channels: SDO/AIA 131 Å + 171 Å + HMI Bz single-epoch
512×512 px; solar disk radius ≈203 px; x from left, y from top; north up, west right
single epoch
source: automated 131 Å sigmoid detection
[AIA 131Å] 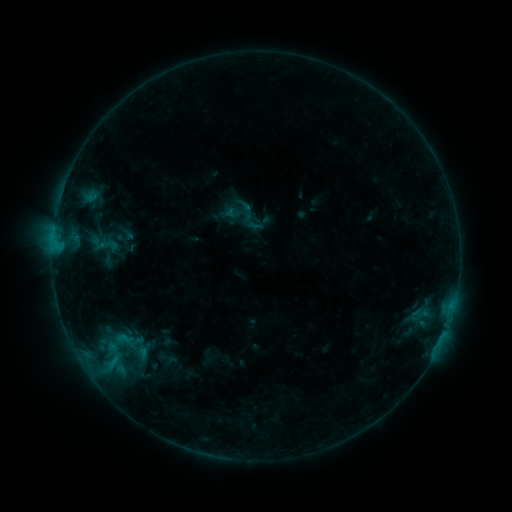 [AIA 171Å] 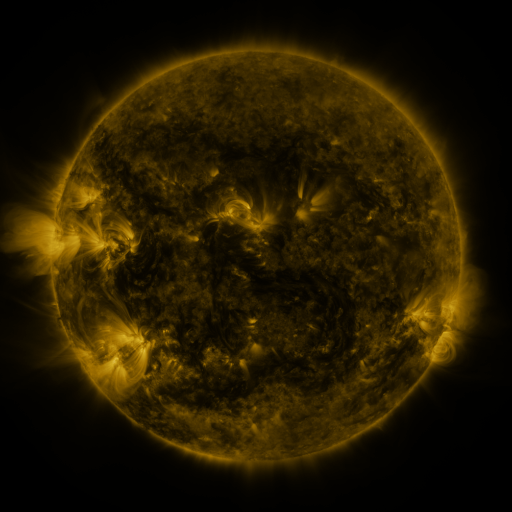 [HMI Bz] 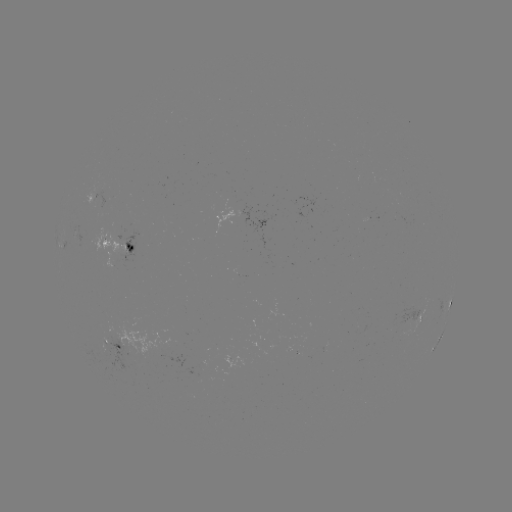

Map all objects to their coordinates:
sigmoid: (251, 218)
sigmoid: (107, 245)
